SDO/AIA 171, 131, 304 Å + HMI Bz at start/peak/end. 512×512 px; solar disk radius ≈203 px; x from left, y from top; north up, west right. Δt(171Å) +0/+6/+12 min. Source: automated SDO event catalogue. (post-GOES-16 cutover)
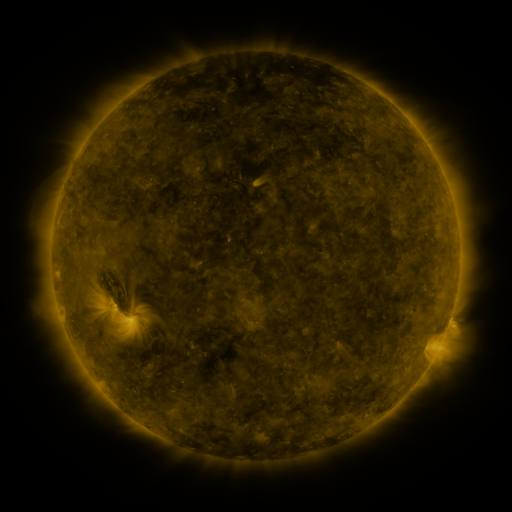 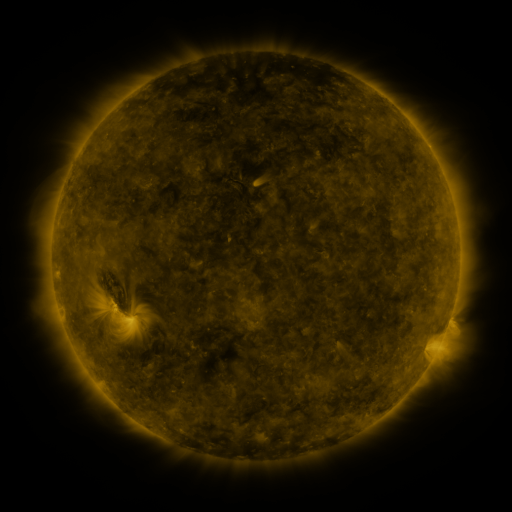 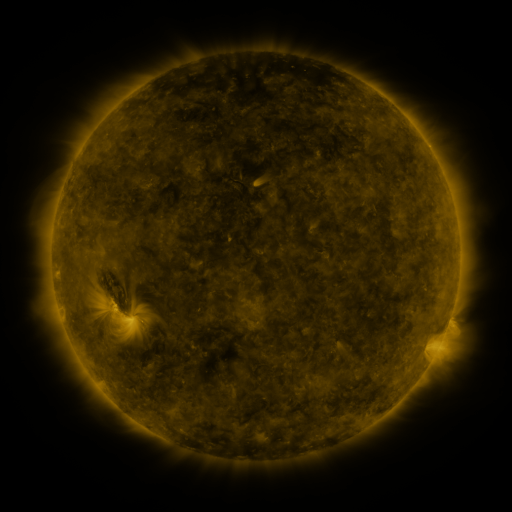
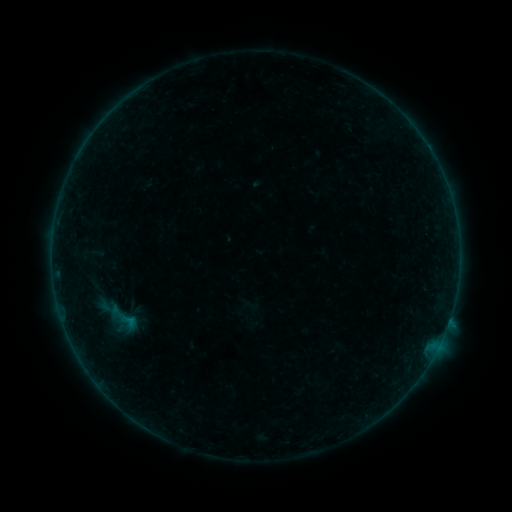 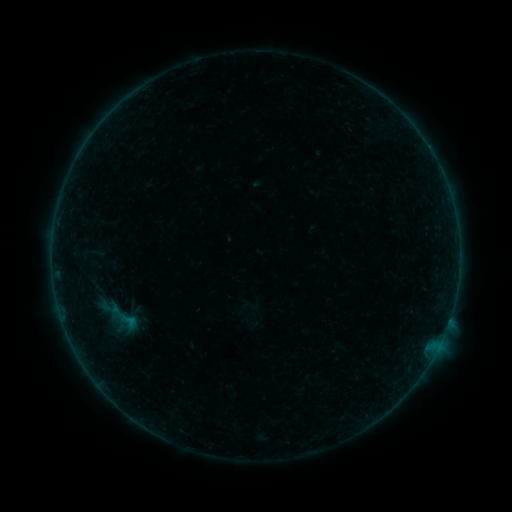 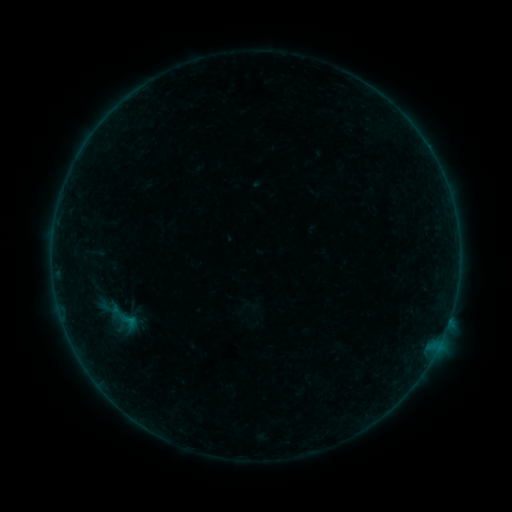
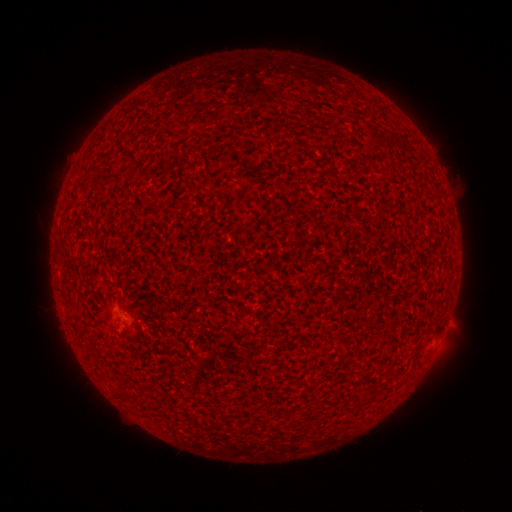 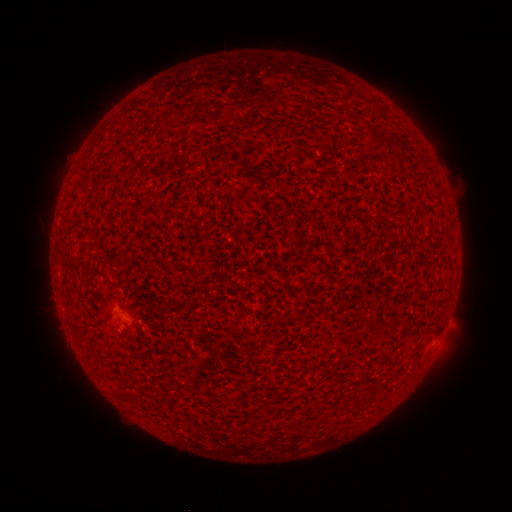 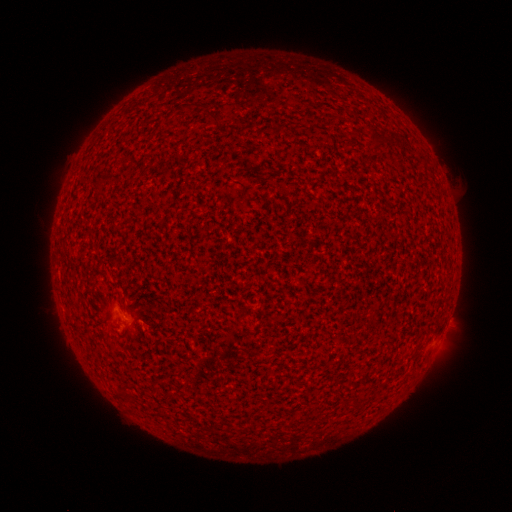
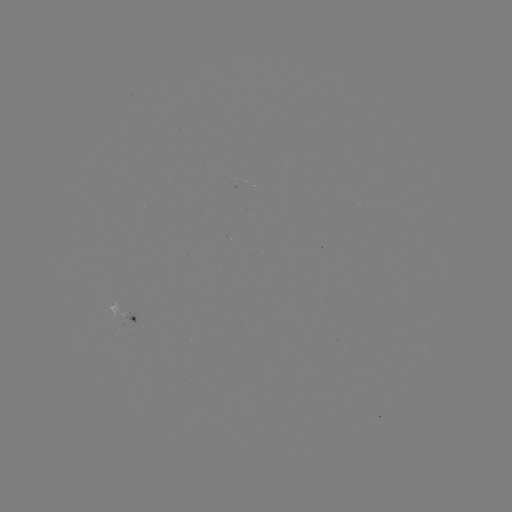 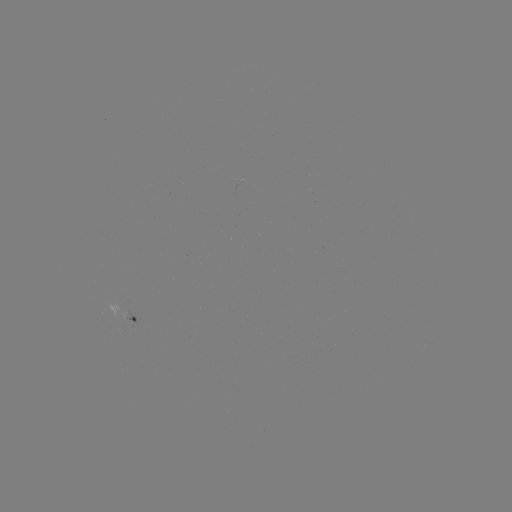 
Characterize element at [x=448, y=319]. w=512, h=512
A4.9 flare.